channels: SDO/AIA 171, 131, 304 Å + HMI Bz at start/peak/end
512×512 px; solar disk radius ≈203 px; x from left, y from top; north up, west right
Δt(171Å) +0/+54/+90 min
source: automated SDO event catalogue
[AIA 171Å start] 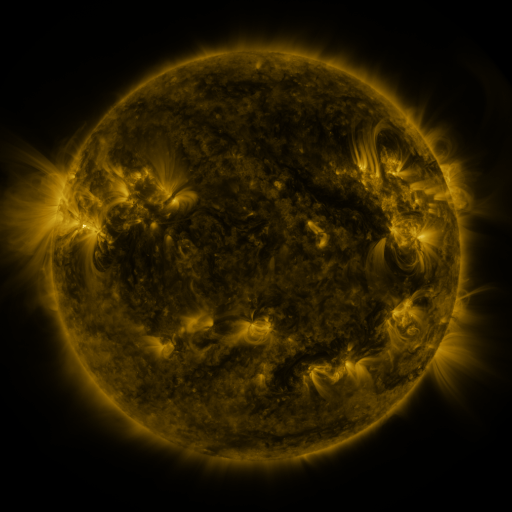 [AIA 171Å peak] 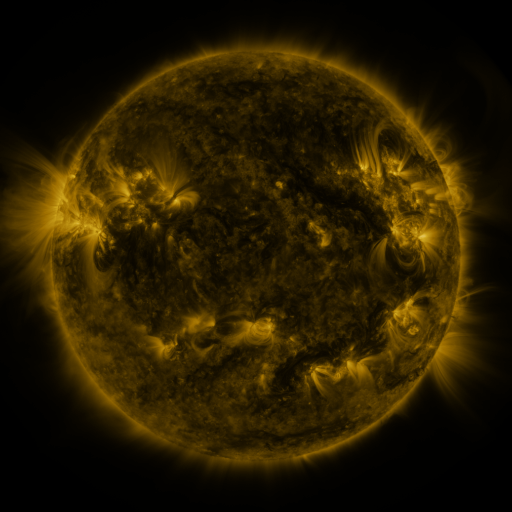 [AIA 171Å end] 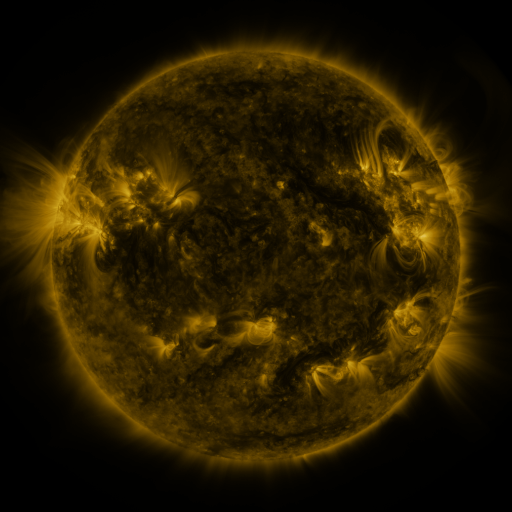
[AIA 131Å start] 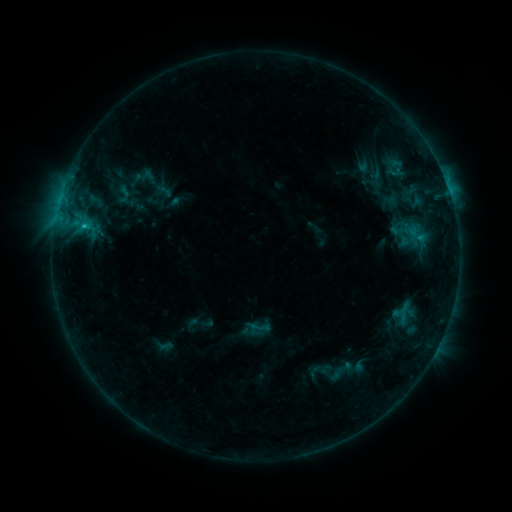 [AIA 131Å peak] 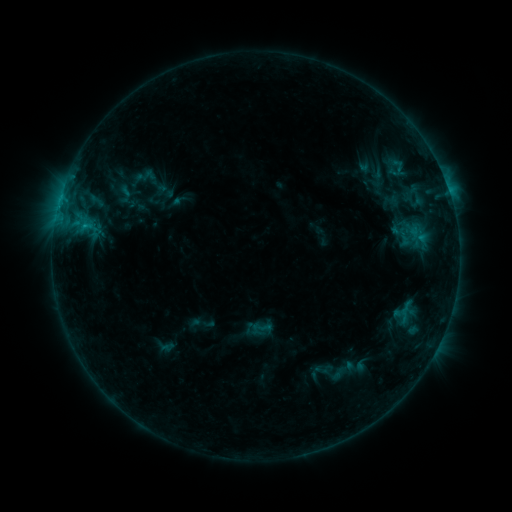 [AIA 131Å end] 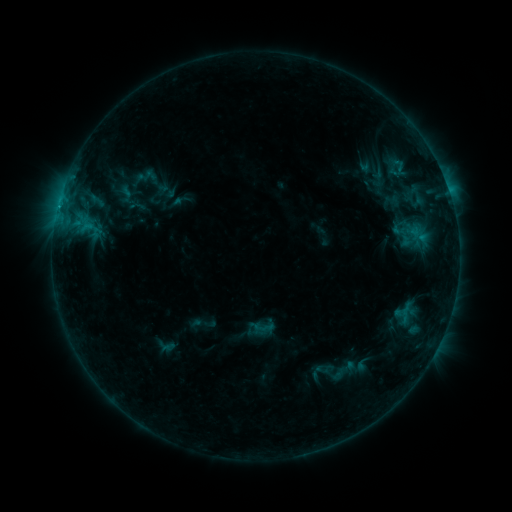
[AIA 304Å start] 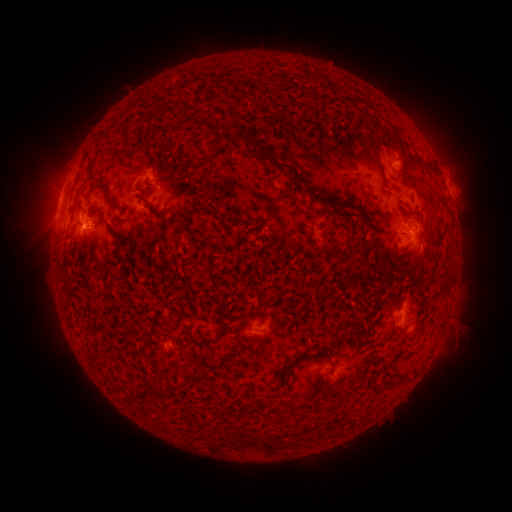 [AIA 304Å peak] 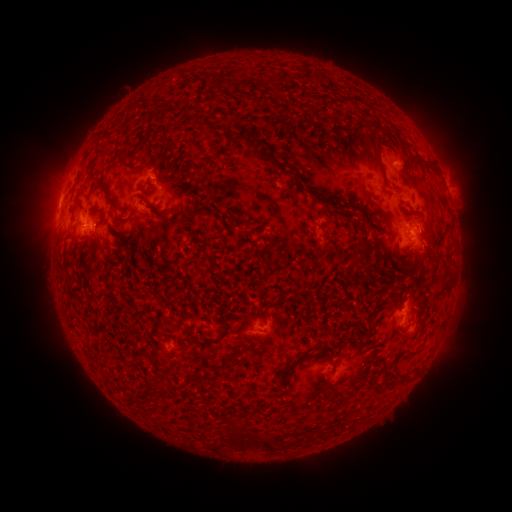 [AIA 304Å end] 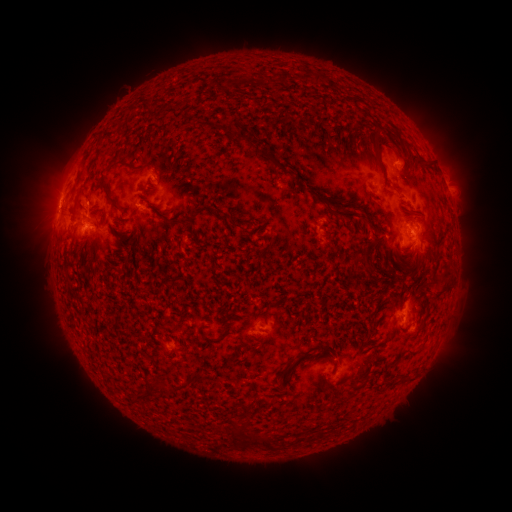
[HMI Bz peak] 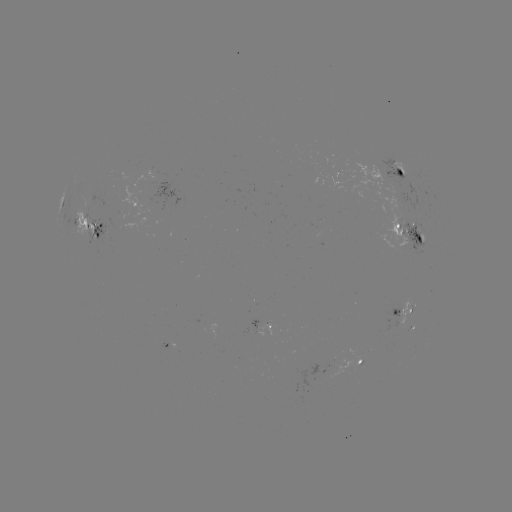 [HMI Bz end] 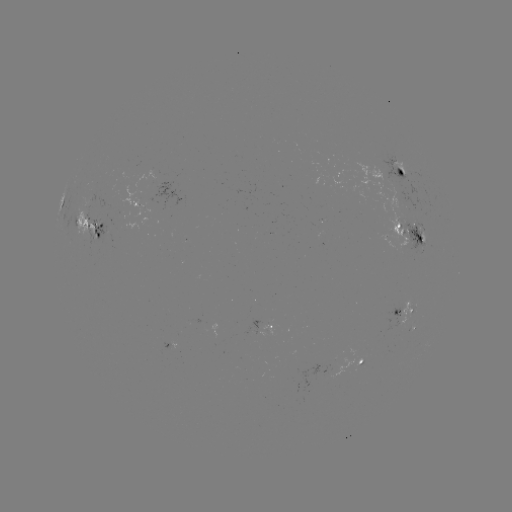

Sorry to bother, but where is emerging-flux region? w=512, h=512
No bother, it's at [419, 237].